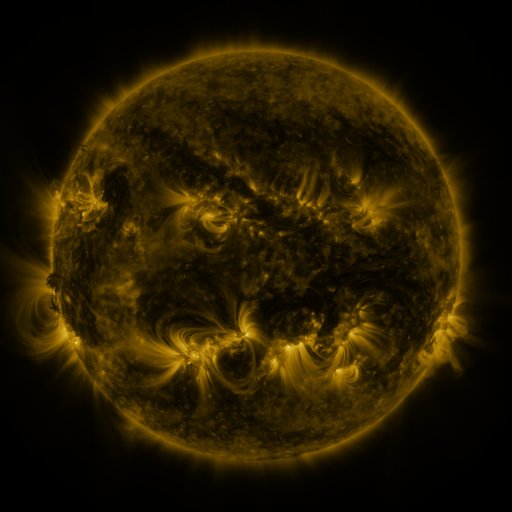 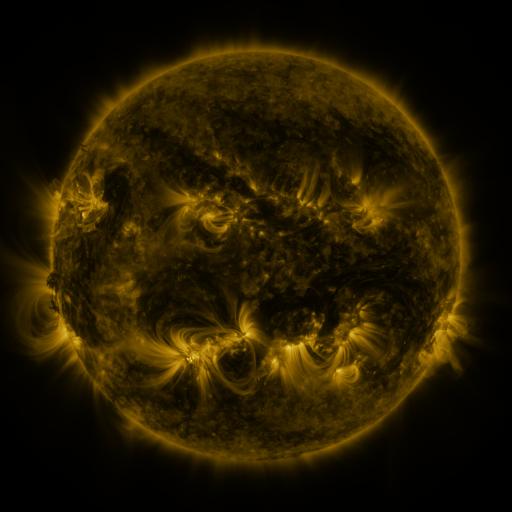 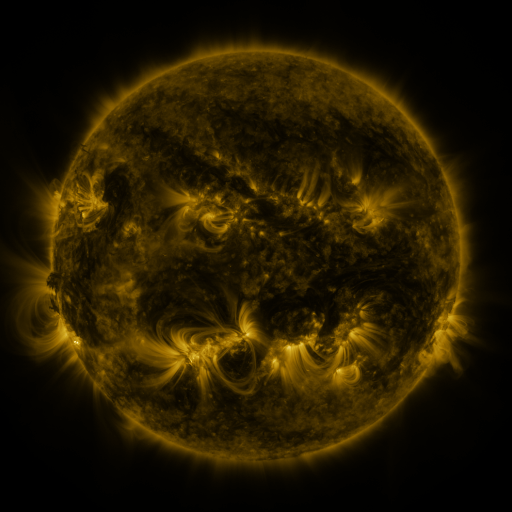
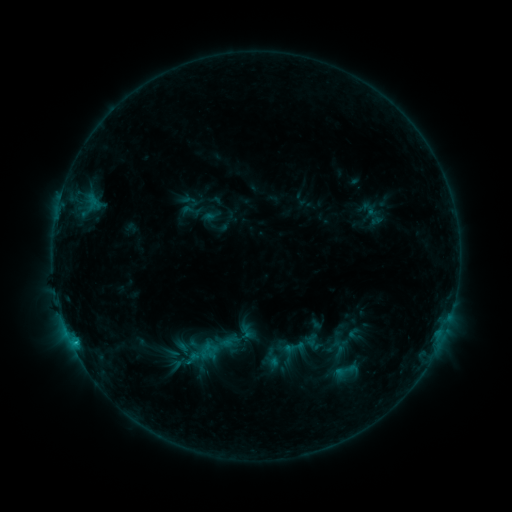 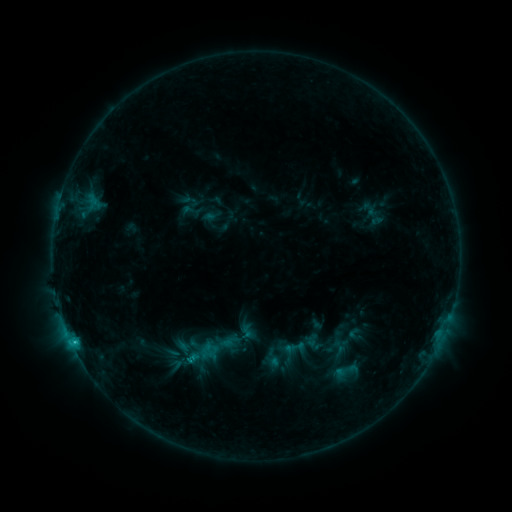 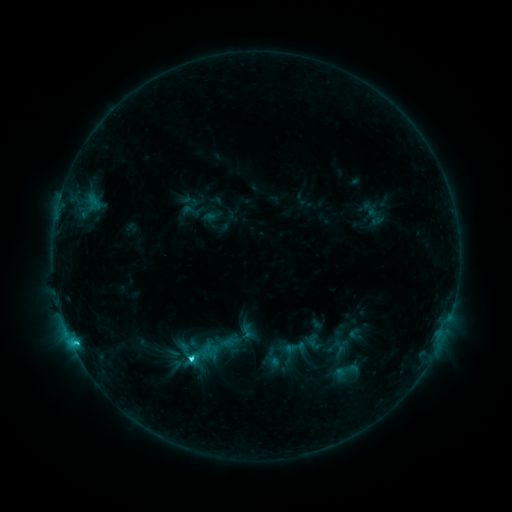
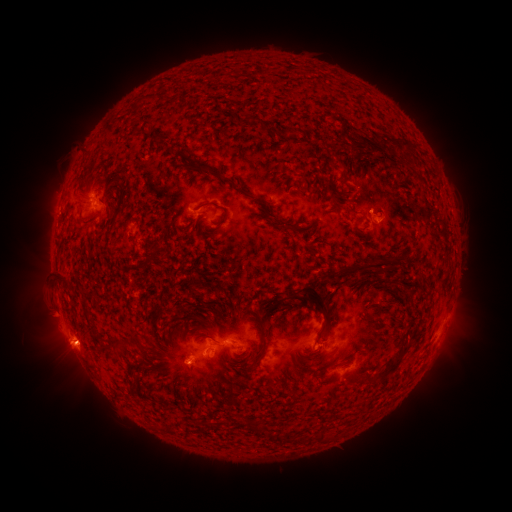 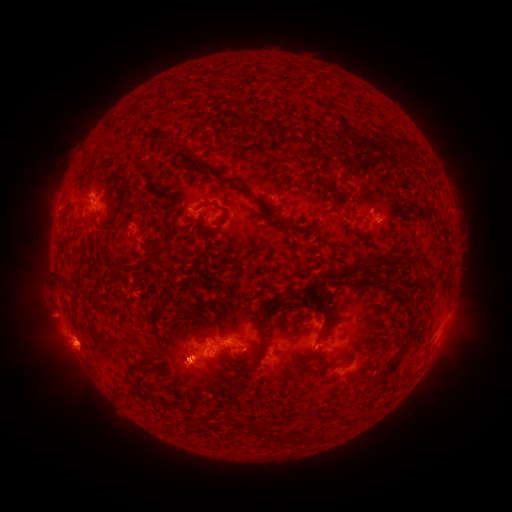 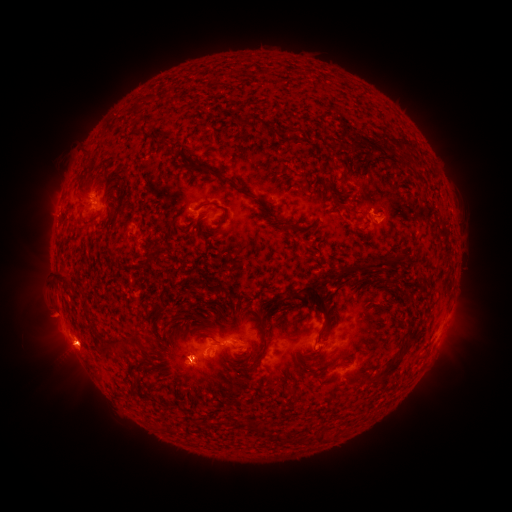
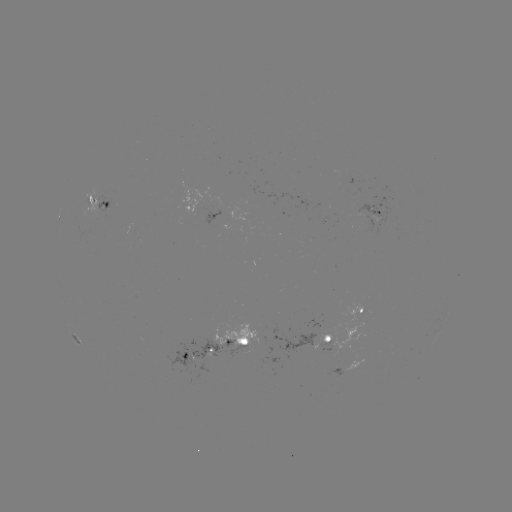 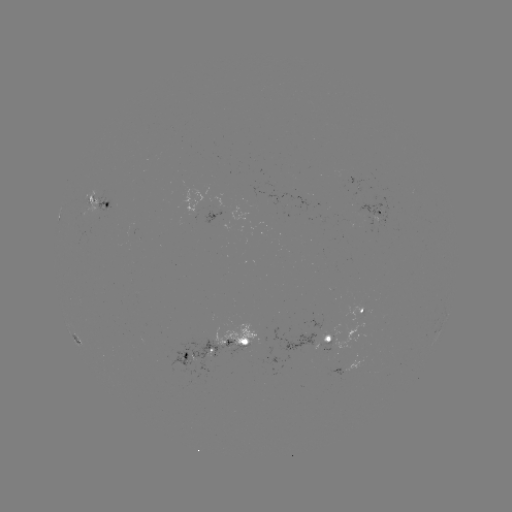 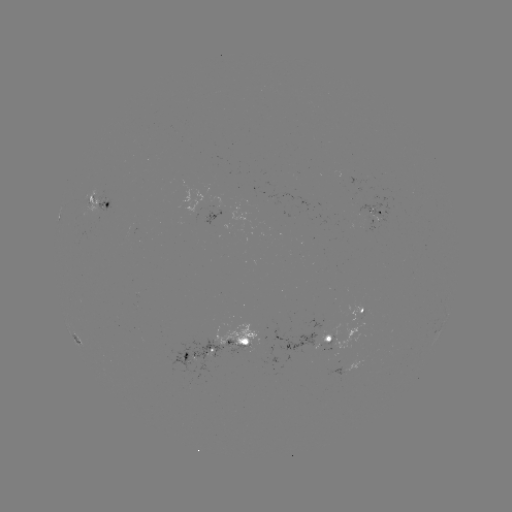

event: flare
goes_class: C4.0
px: (192, 359)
